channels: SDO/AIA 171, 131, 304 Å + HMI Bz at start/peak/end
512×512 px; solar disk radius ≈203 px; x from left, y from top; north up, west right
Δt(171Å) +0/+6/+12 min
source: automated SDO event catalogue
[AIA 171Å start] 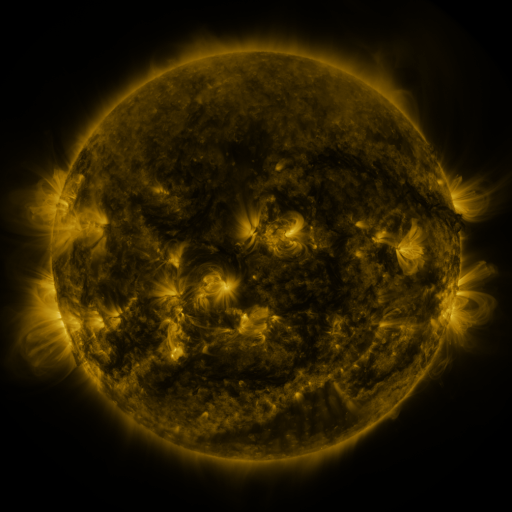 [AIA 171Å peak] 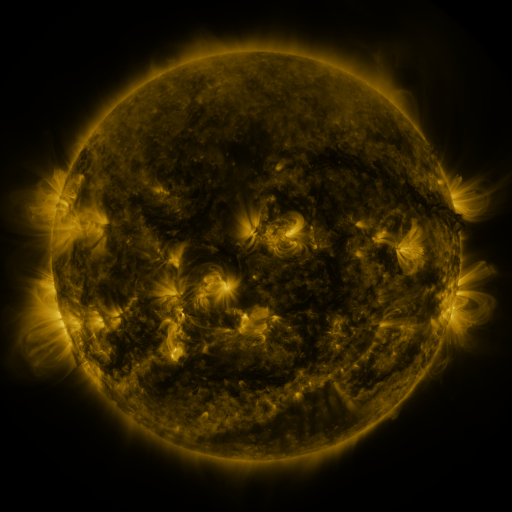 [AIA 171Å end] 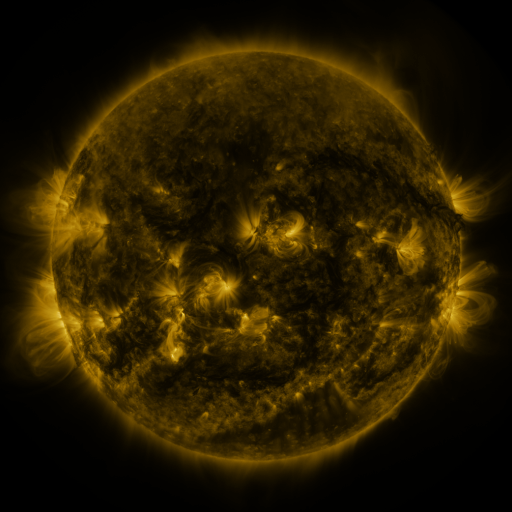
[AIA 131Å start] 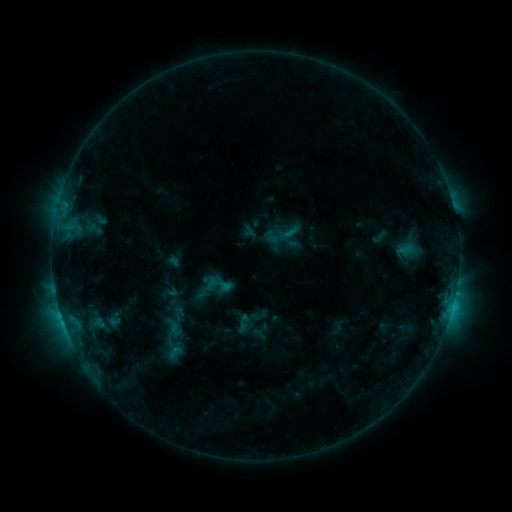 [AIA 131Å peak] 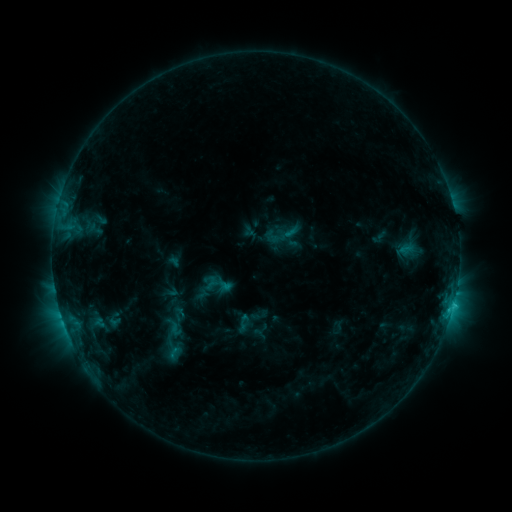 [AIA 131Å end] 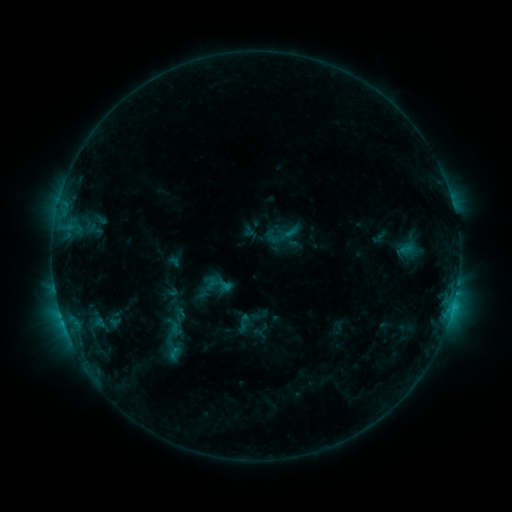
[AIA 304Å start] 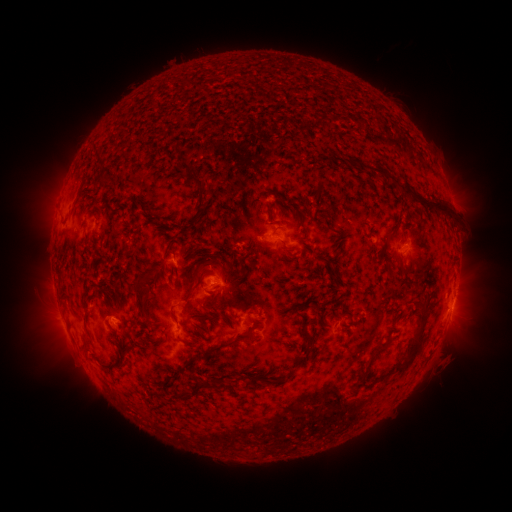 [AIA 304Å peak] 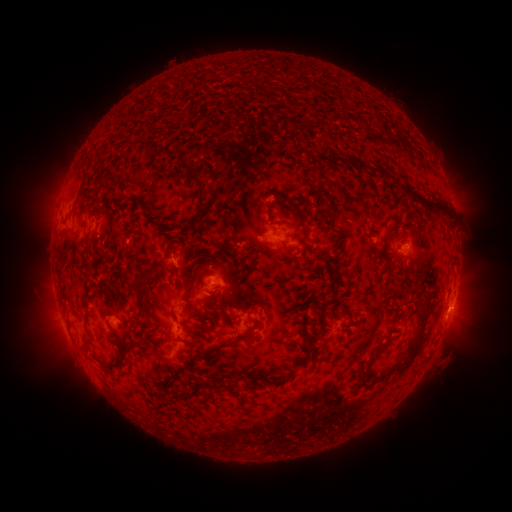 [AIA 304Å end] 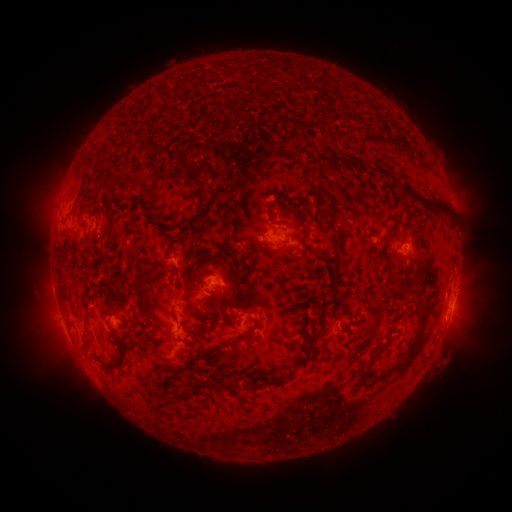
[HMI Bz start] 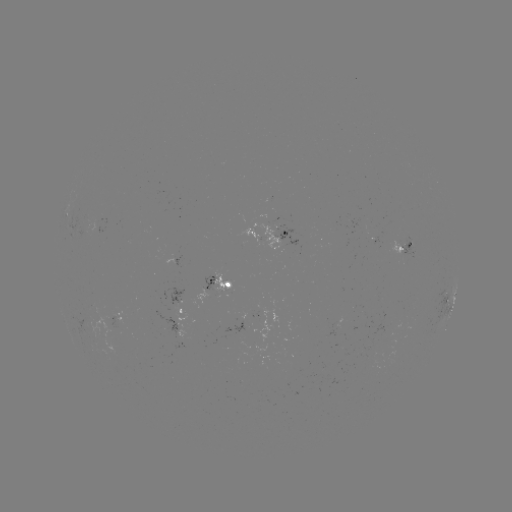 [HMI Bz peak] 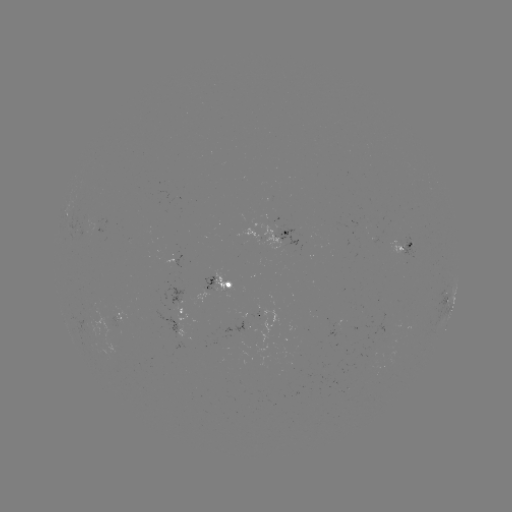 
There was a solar eruption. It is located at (460, 315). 